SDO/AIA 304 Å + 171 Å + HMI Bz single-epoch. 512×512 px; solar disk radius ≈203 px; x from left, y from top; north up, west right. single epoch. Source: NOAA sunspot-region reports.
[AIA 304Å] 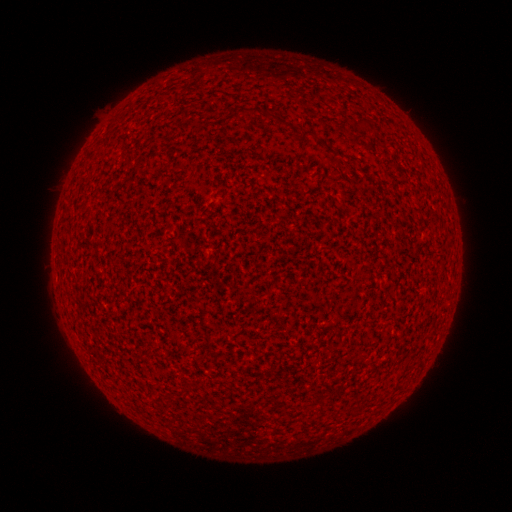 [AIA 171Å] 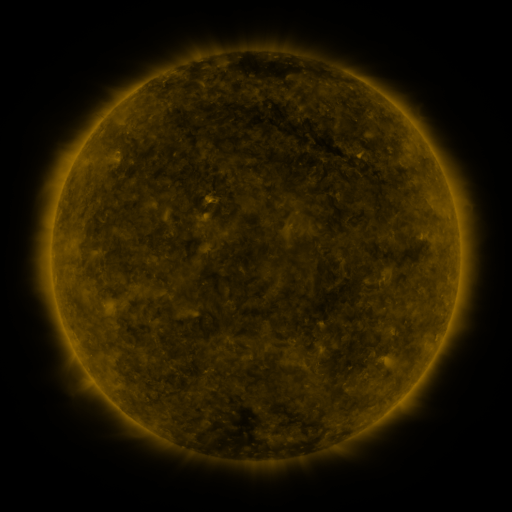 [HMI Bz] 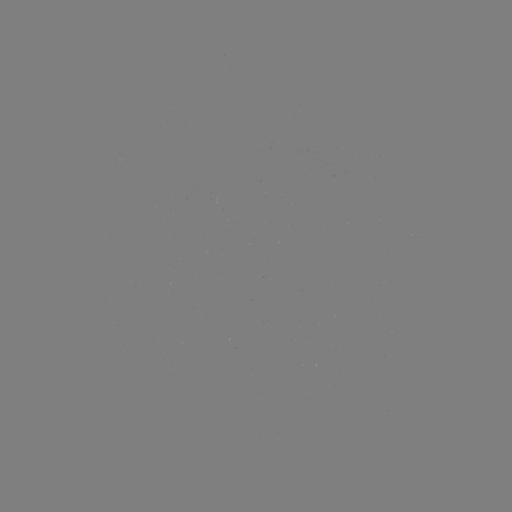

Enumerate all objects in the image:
(none)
